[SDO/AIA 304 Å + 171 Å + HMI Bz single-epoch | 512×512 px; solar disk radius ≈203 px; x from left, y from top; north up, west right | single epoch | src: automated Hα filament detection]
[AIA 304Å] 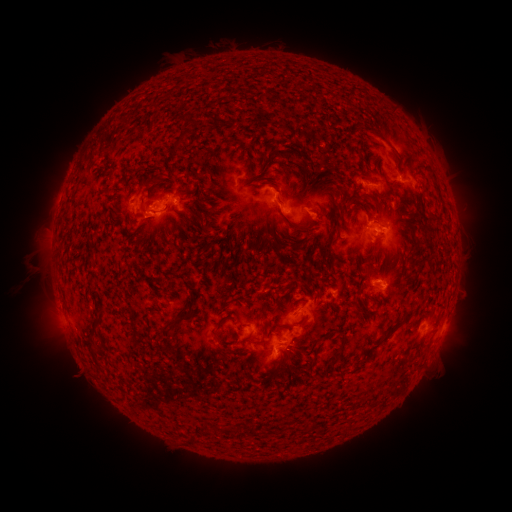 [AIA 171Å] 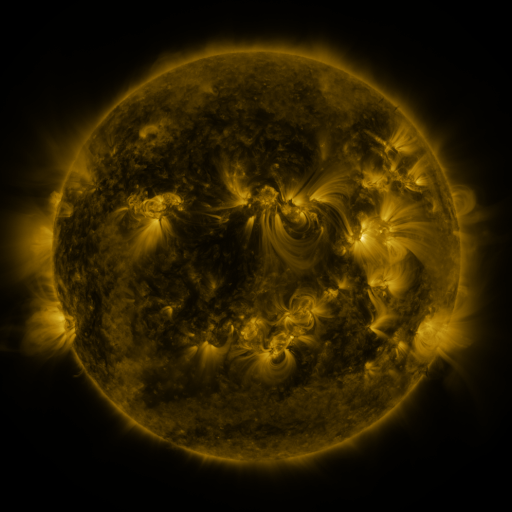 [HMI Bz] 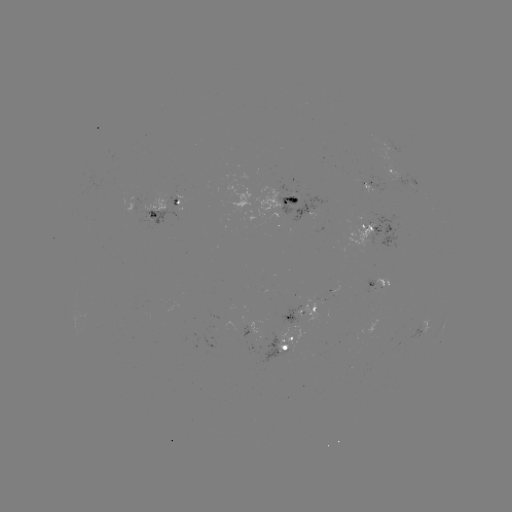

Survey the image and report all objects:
filament: (189, 122)
filament: (378, 133)
filament: (175, 146)
filament: (287, 154)
filament: (145, 186)
filament: (185, 192)
filament: (184, 213)
filament: (431, 215)
filament: (335, 218)
filament: (310, 223)
filament: (209, 232)
filament: (298, 235)
filament: (243, 240)
filament: (138, 244)
filament: (296, 247)
filament: (340, 261)
filament: (91, 262)
filament: (362, 278)
filament: (264, 294)
filament: (328, 304)
filament: (358, 310)
filament: (100, 321)
filament: (177, 321)
filament: (398, 322)
filament: (284, 326)
filament: (219, 328)
filament: (320, 338)
filament: (259, 342)
filament: (342, 349)
filament: (314, 361)
filament: (282, 362)
filament: (101, 367)
filament: (255, 431)
filament: (194, 440)
